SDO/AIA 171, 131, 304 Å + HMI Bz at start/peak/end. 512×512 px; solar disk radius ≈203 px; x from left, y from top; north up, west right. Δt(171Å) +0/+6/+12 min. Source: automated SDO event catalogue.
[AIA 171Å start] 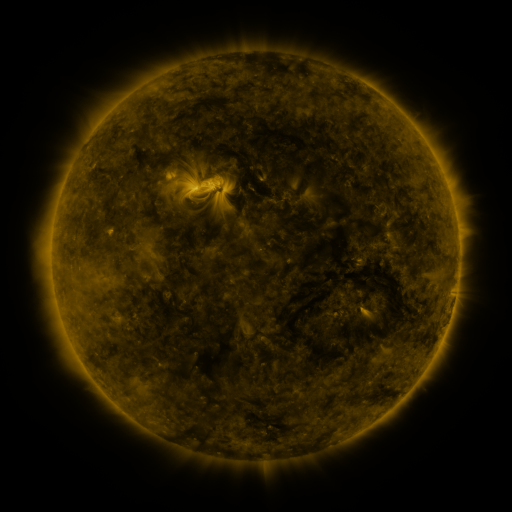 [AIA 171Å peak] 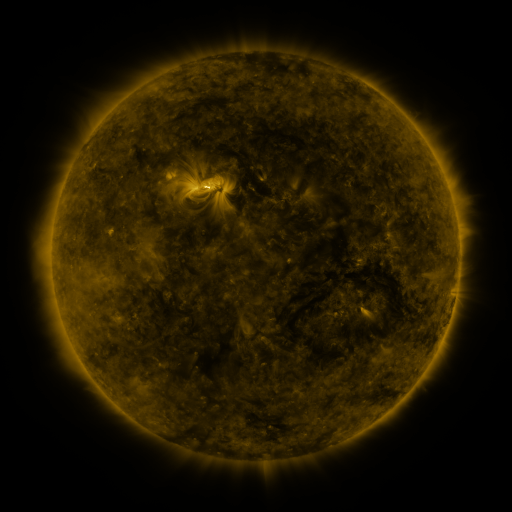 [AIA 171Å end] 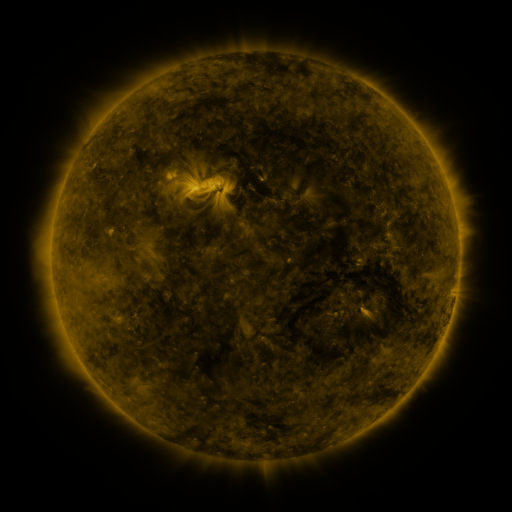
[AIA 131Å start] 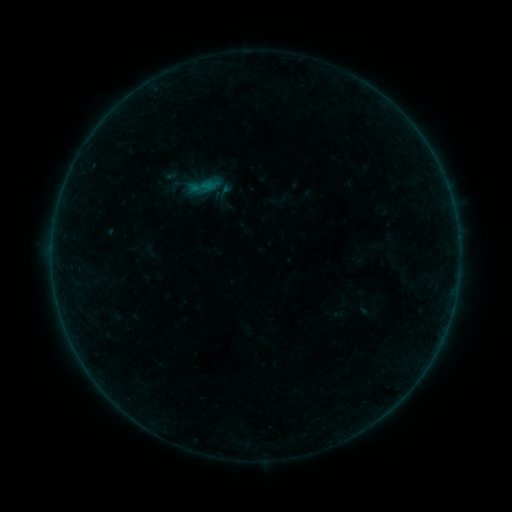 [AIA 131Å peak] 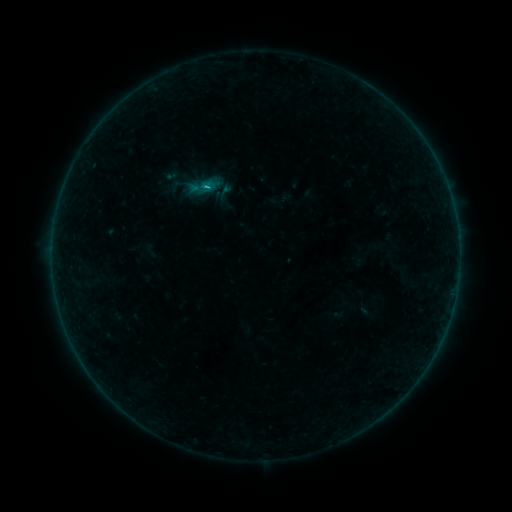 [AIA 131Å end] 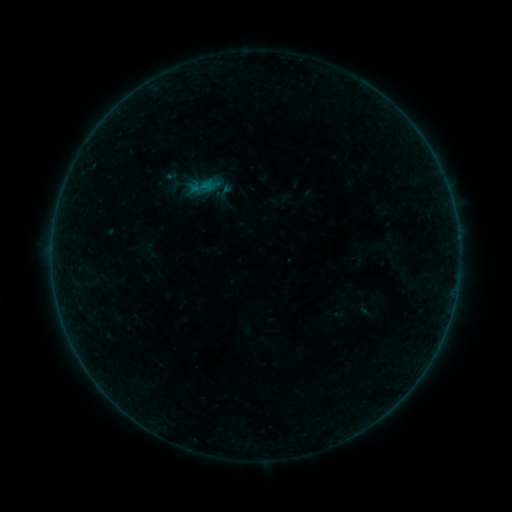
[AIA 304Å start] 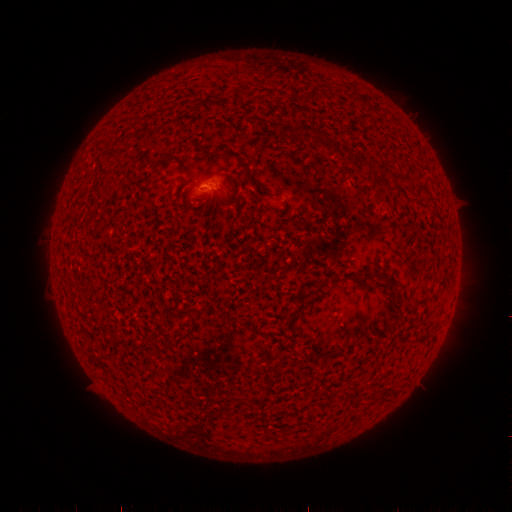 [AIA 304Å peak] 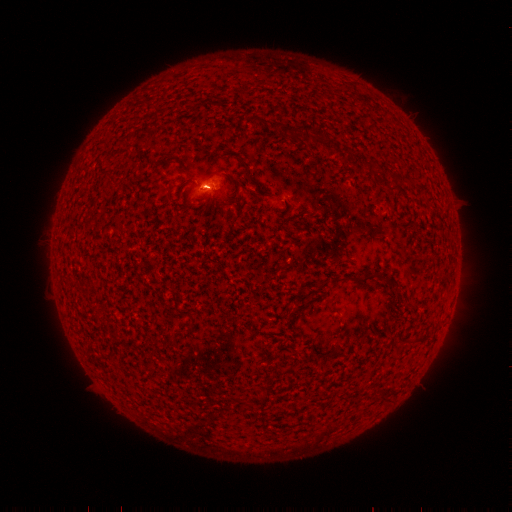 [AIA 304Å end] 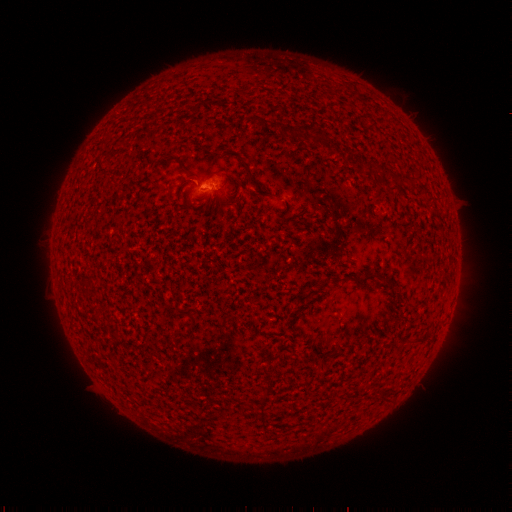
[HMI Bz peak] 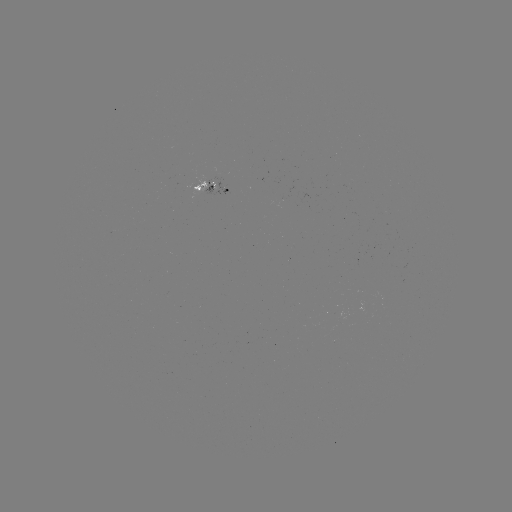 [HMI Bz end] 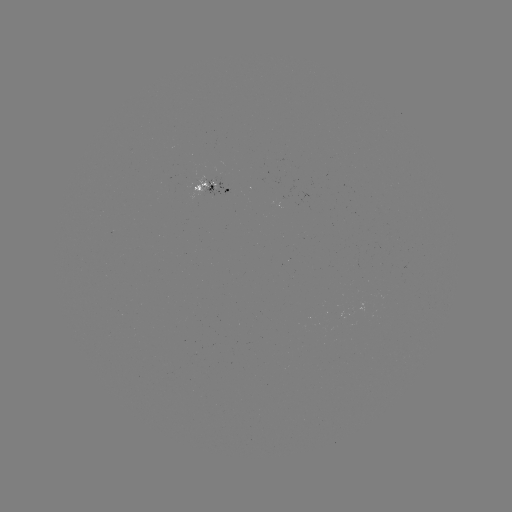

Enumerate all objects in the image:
B3.3 flare: (208, 189)
